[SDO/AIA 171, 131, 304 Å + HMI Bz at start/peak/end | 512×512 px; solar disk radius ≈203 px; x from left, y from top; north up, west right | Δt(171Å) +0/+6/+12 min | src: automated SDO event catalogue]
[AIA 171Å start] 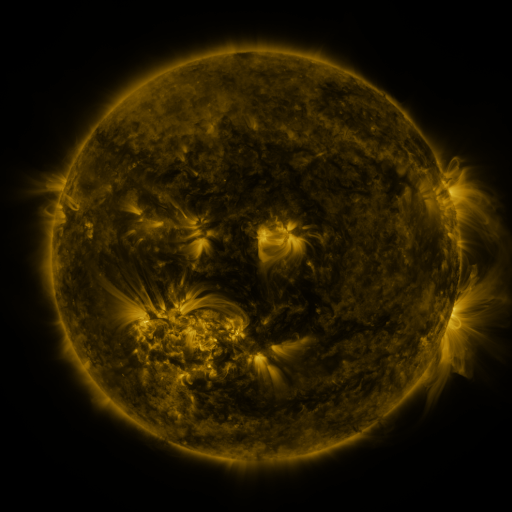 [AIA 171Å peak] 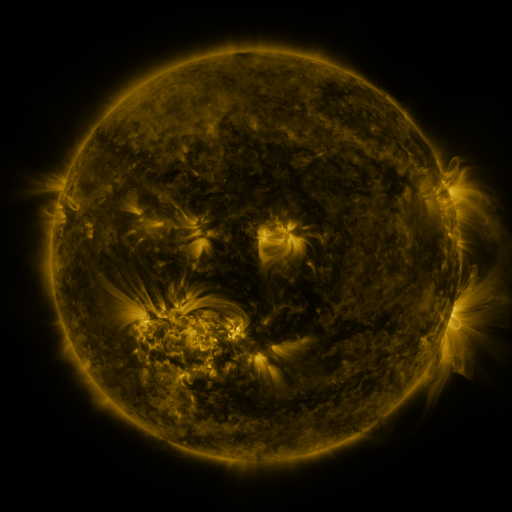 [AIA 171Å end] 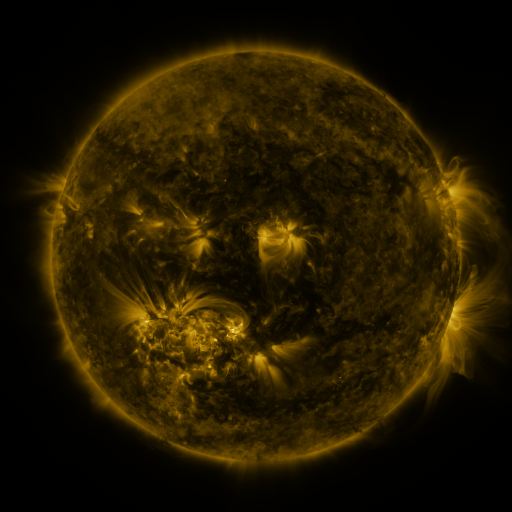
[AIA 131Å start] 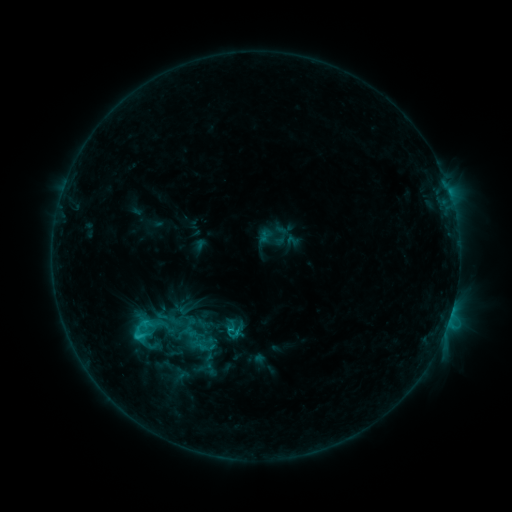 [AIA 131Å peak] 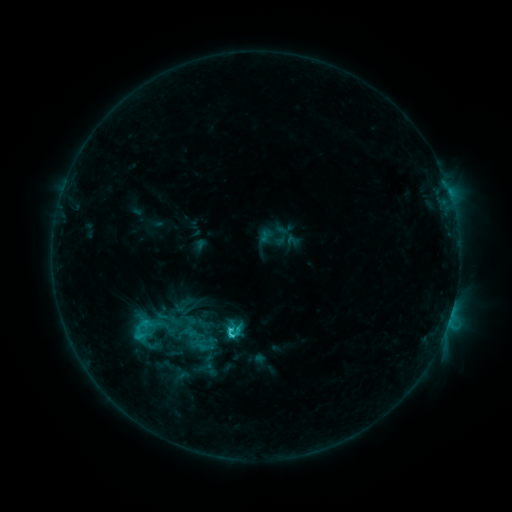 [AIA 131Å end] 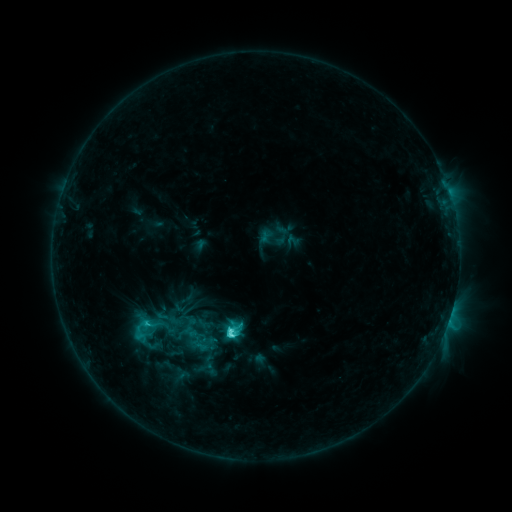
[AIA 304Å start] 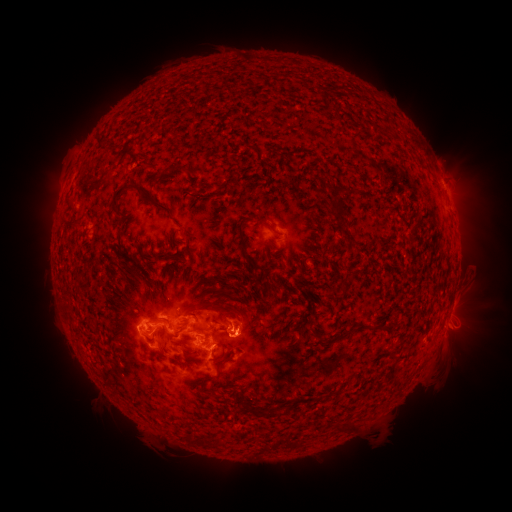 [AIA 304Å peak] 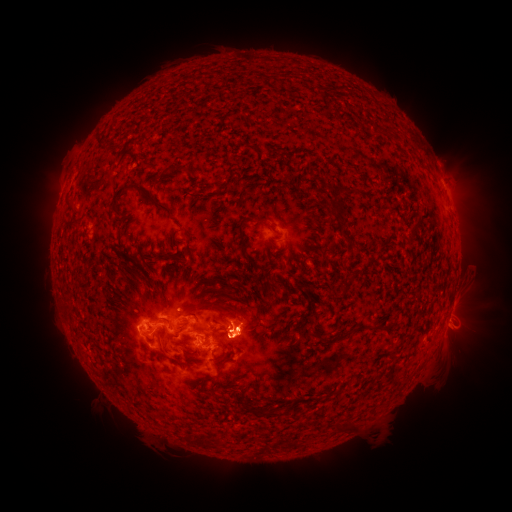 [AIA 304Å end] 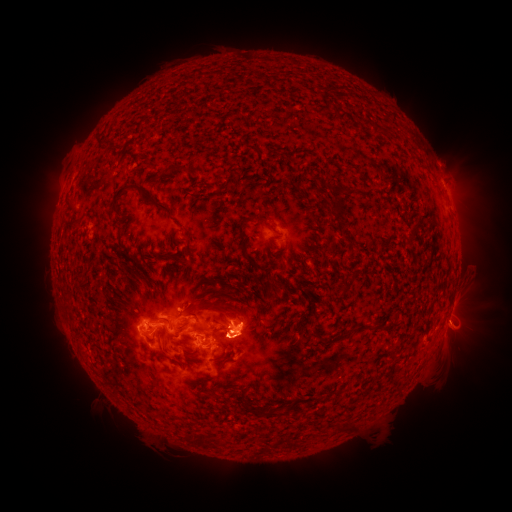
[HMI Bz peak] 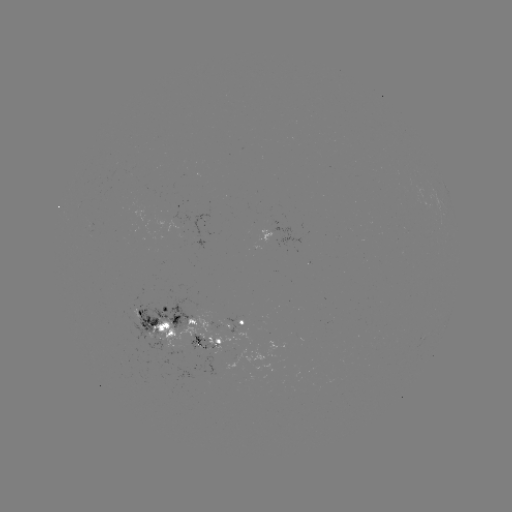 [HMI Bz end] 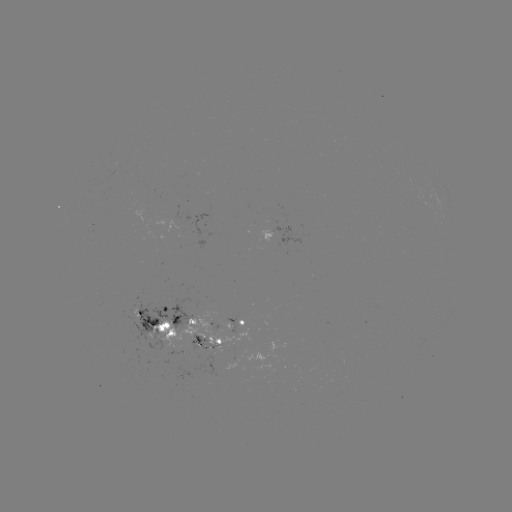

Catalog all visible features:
eruption: (253, 331)
